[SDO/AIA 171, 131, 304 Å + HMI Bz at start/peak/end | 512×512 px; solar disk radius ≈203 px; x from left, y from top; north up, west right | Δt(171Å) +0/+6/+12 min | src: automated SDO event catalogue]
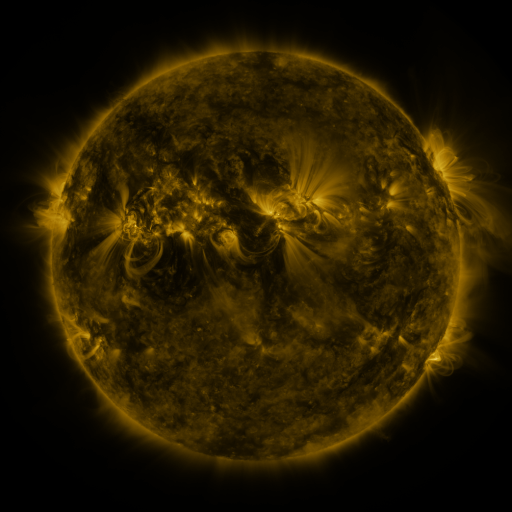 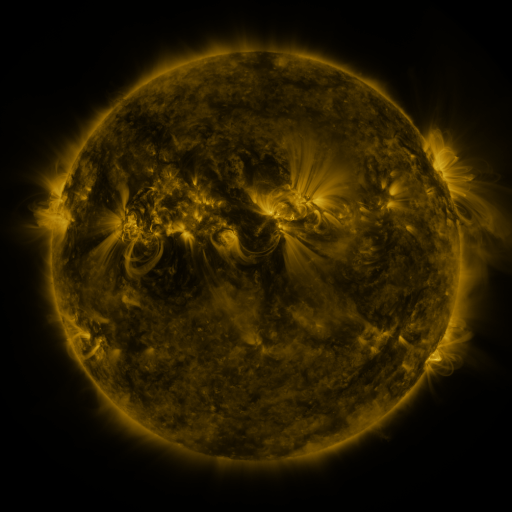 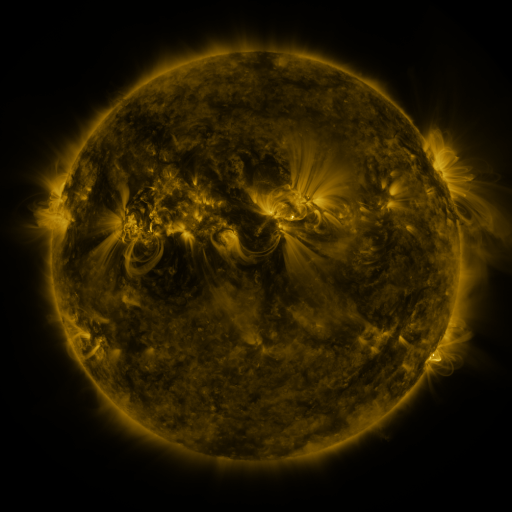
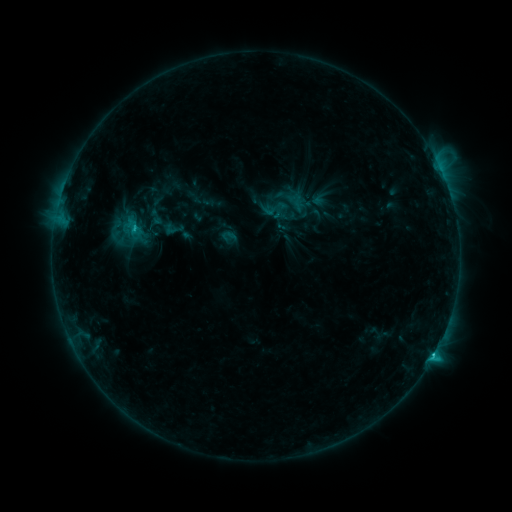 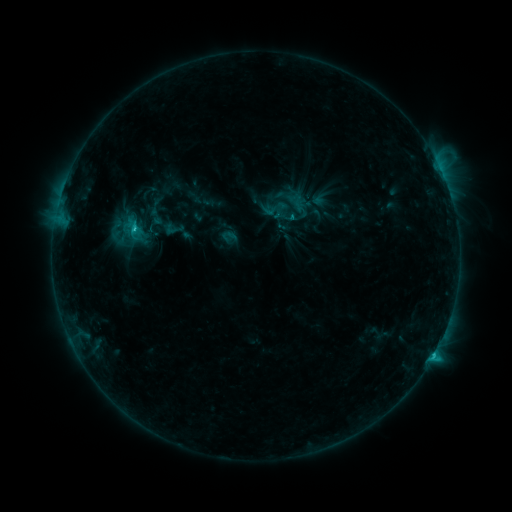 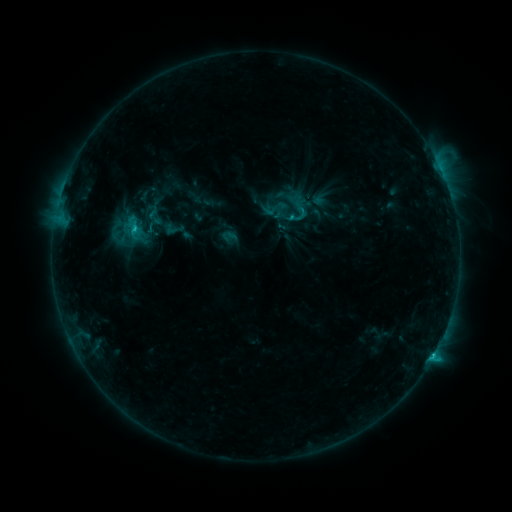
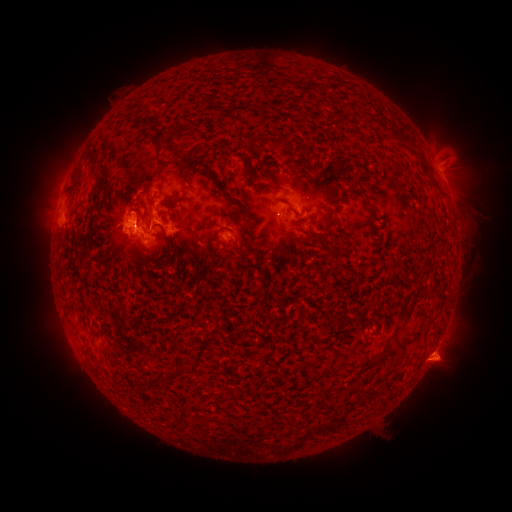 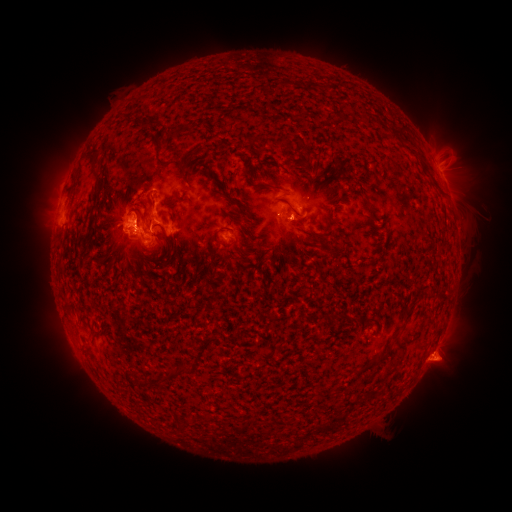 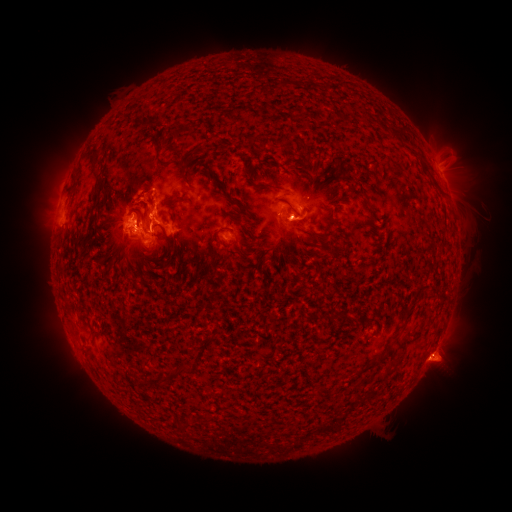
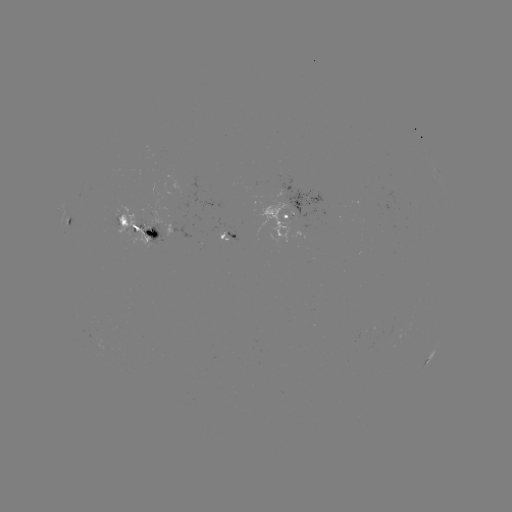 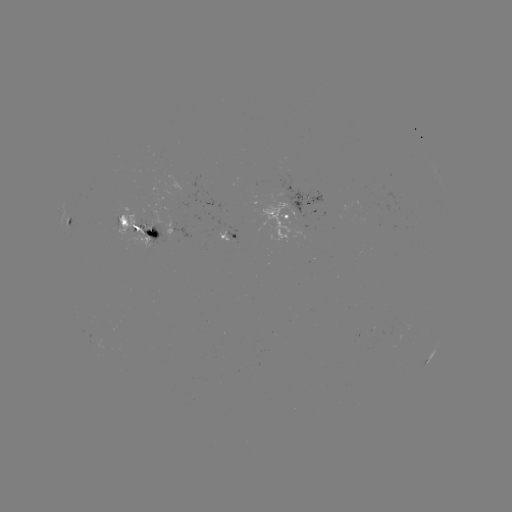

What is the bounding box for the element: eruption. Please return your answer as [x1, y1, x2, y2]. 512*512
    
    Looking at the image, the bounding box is [276, 212, 319, 257].